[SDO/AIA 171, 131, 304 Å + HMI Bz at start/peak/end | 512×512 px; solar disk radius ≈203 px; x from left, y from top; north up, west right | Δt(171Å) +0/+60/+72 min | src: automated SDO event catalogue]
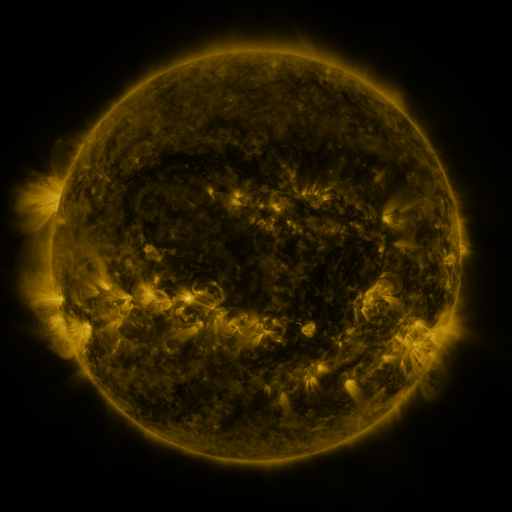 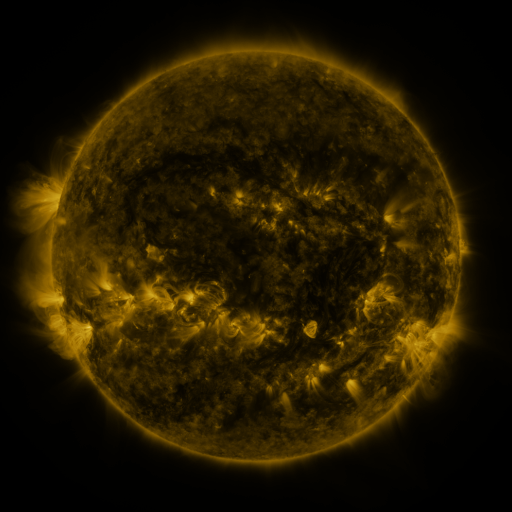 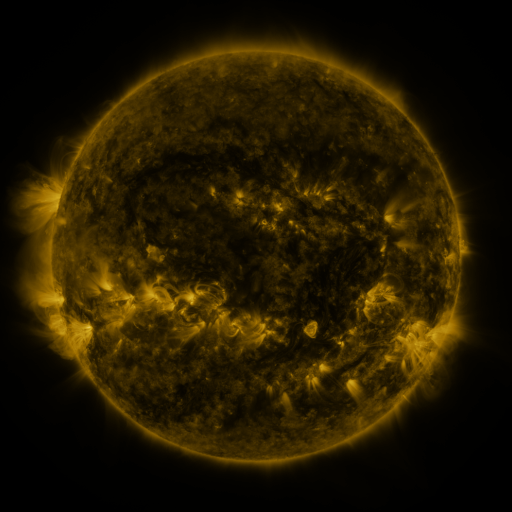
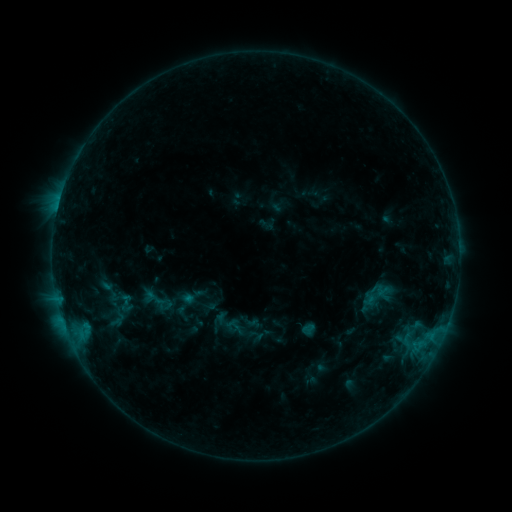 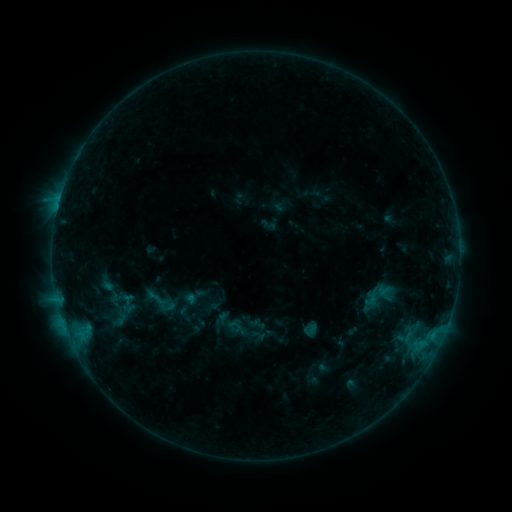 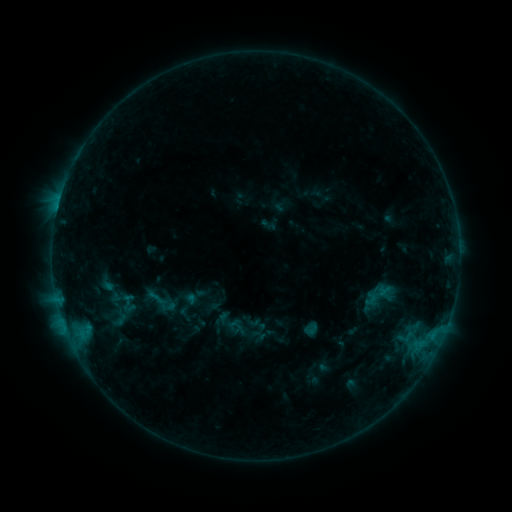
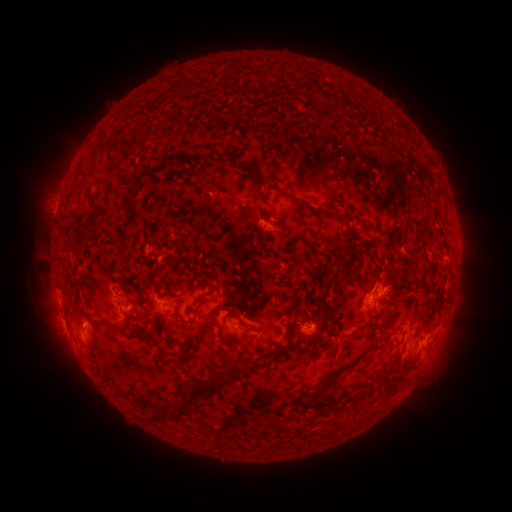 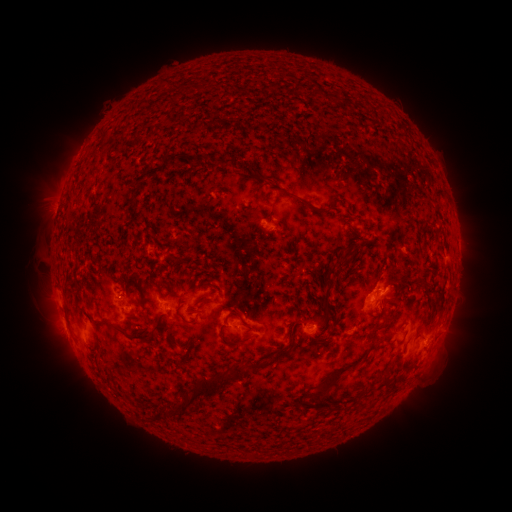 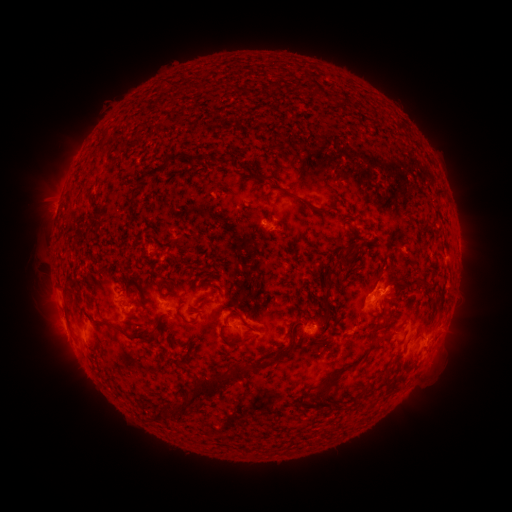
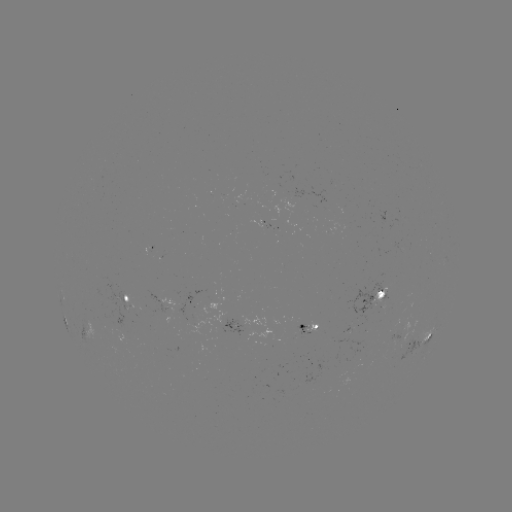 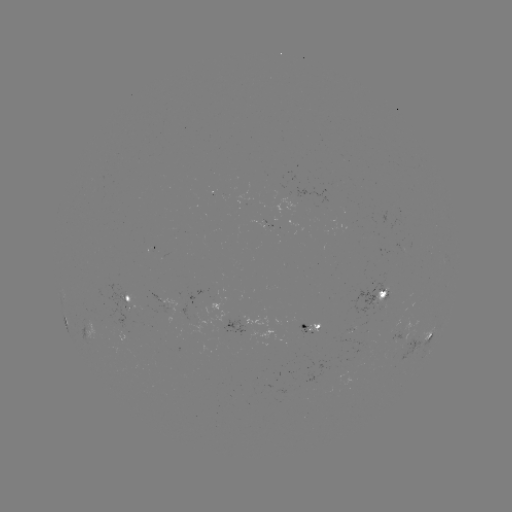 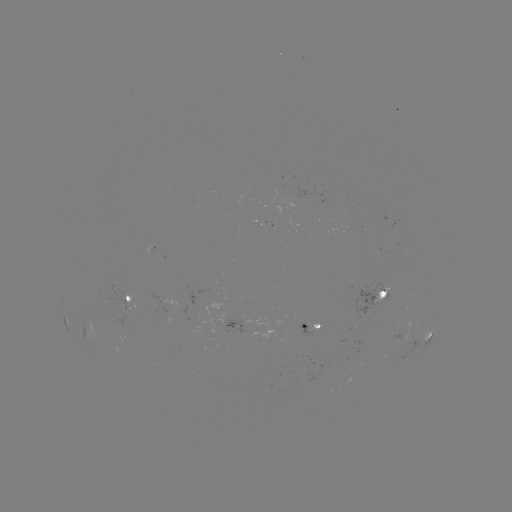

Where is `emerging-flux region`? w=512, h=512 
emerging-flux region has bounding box [393, 241, 405, 252].